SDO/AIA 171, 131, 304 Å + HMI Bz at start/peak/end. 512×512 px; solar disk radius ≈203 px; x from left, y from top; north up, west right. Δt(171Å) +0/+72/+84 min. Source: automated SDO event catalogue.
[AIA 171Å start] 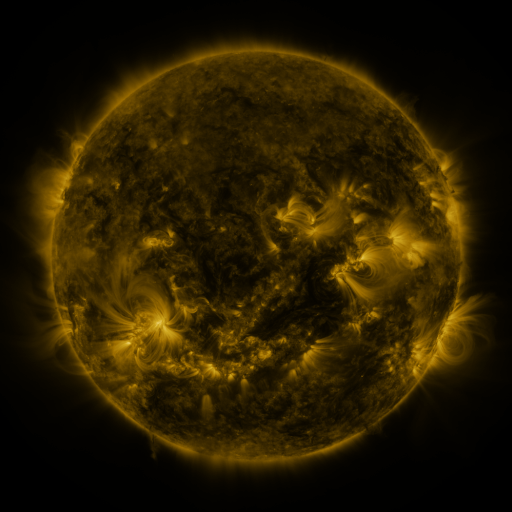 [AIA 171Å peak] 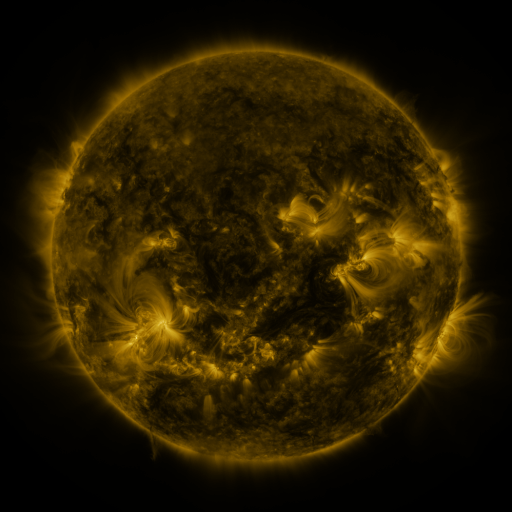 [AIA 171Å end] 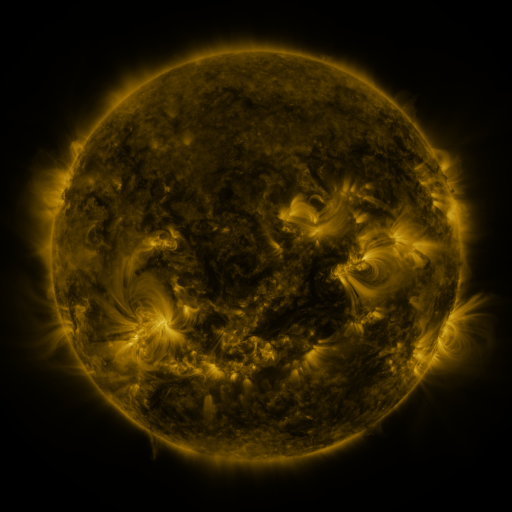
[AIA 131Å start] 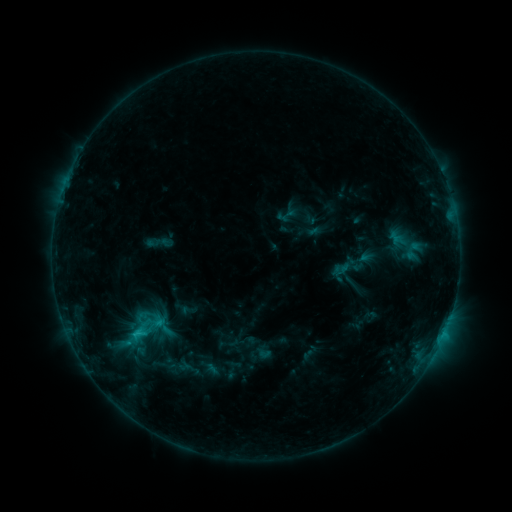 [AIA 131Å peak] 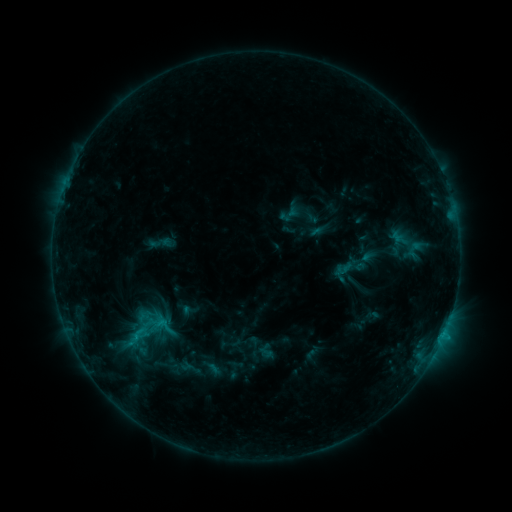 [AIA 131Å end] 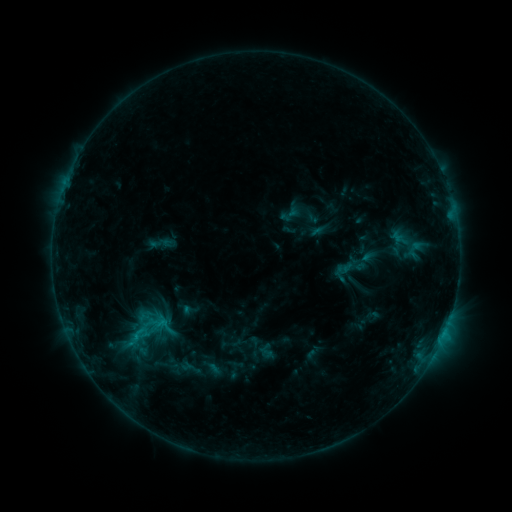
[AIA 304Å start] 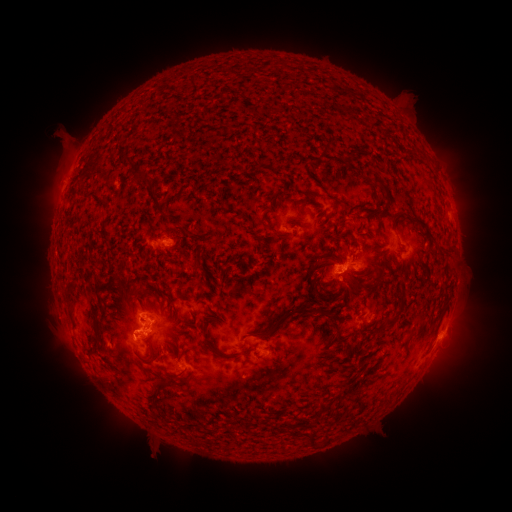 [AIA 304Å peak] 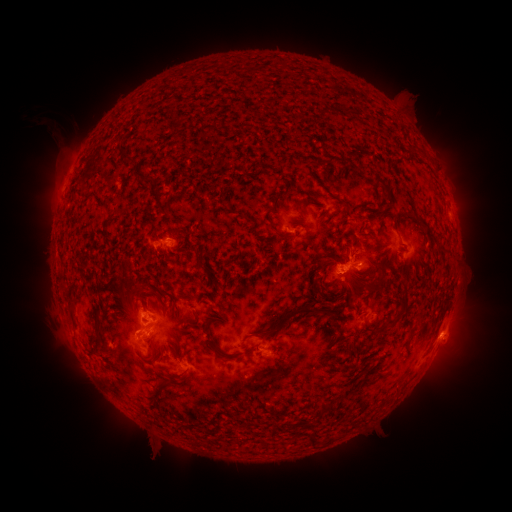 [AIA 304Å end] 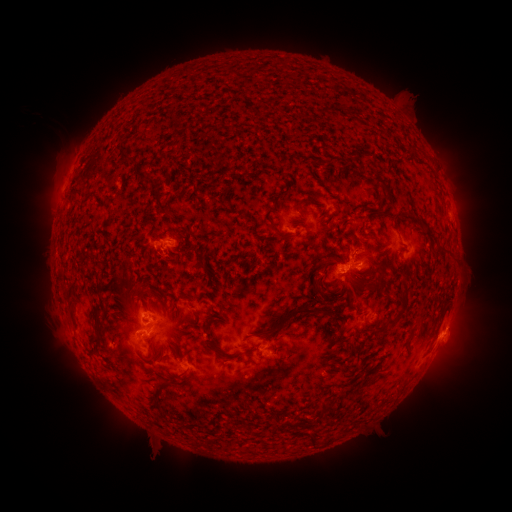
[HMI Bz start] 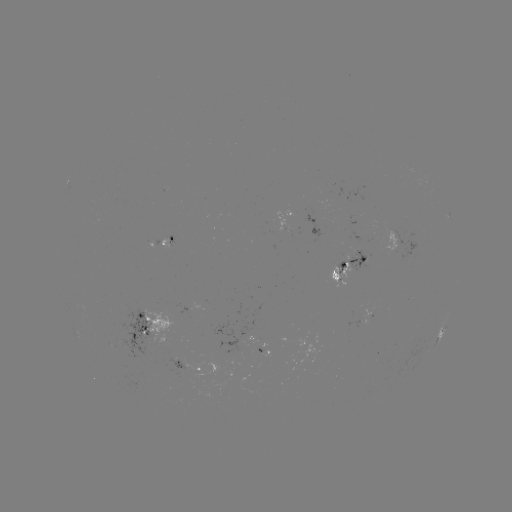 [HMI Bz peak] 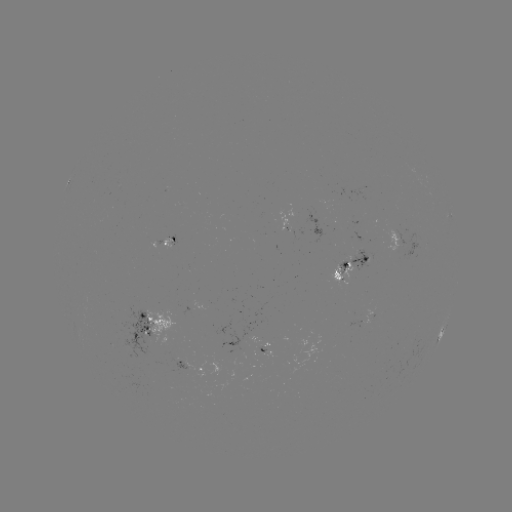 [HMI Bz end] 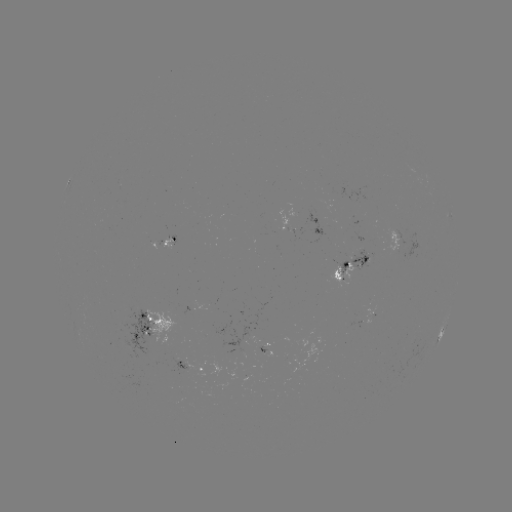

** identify emerging-flux region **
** (169, 244) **